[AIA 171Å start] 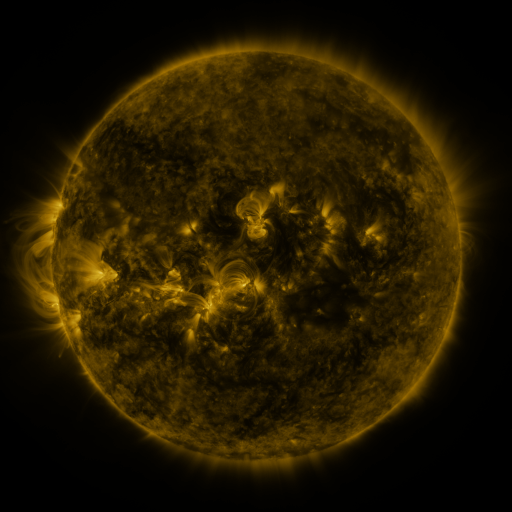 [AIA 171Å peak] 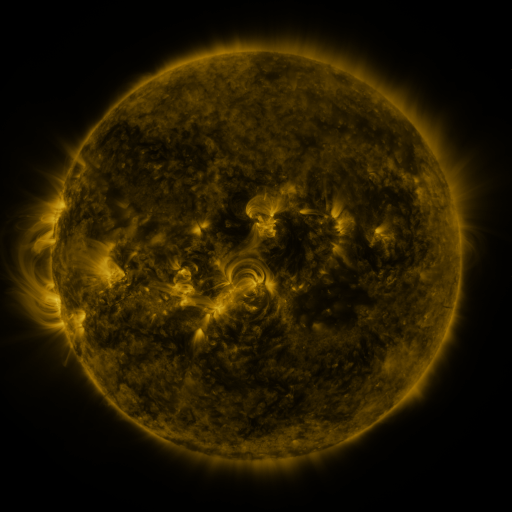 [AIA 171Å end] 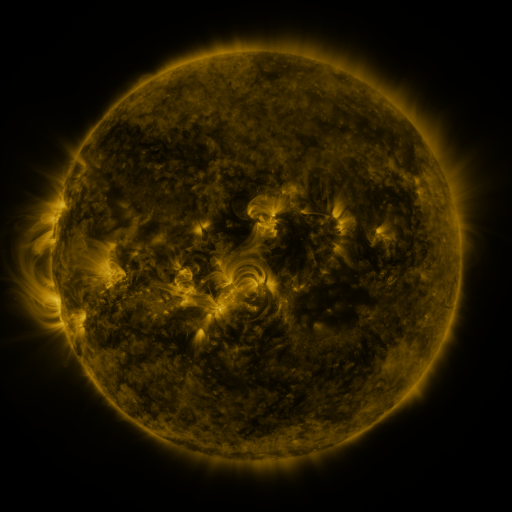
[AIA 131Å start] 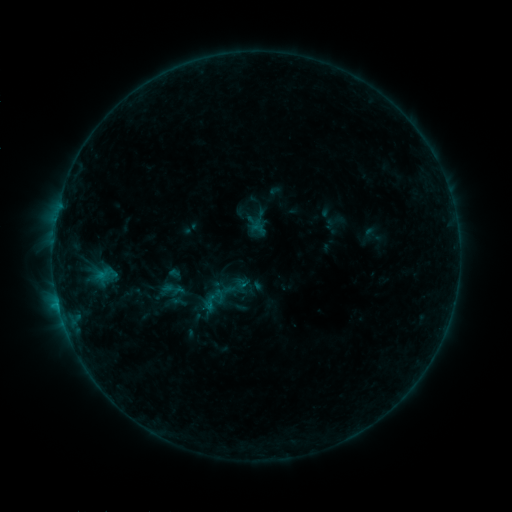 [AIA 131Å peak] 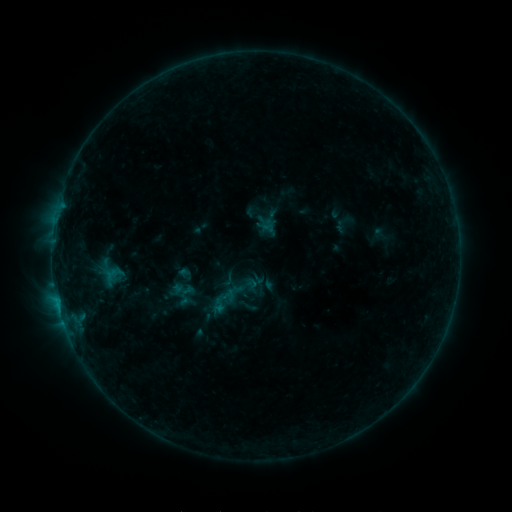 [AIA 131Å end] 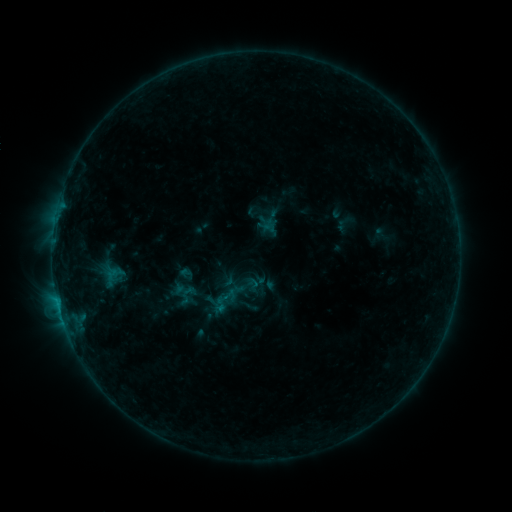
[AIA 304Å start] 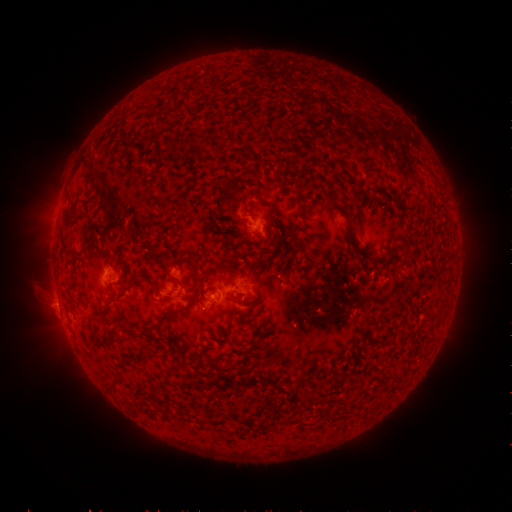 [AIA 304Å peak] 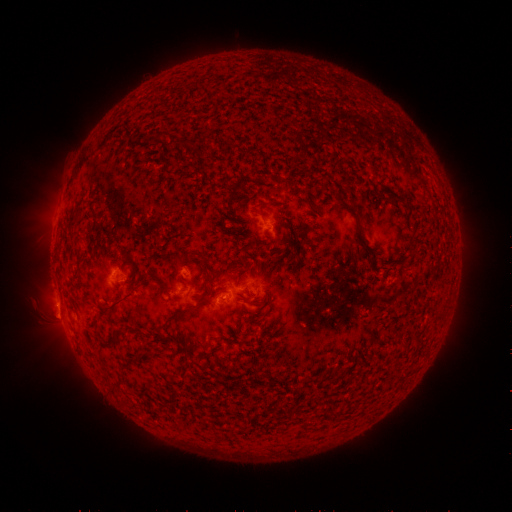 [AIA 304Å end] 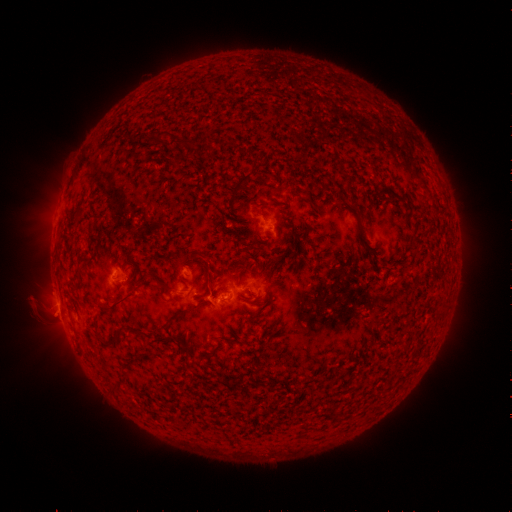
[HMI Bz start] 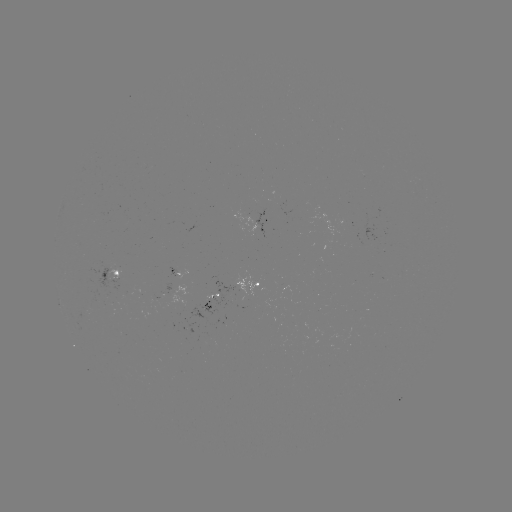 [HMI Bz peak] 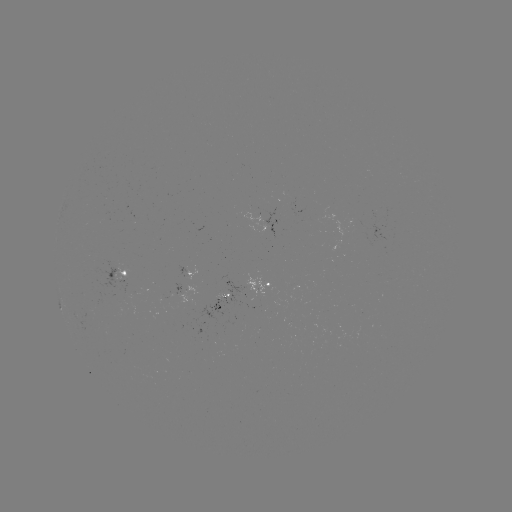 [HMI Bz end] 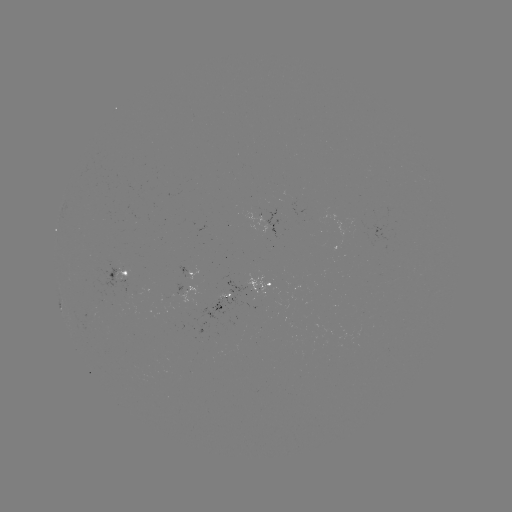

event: emerging-flux region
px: (184, 270)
